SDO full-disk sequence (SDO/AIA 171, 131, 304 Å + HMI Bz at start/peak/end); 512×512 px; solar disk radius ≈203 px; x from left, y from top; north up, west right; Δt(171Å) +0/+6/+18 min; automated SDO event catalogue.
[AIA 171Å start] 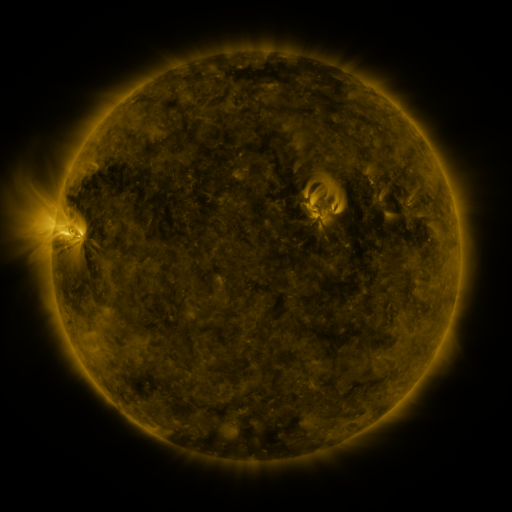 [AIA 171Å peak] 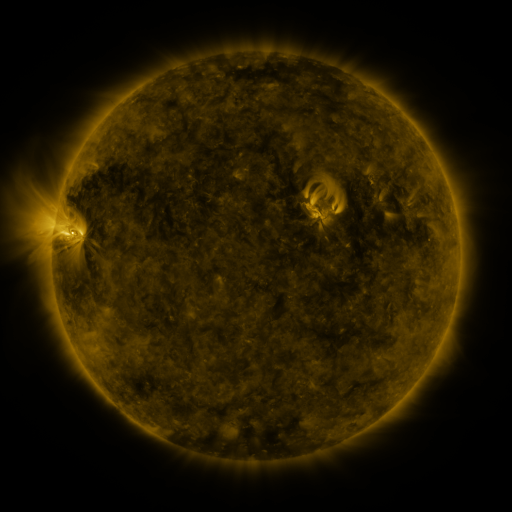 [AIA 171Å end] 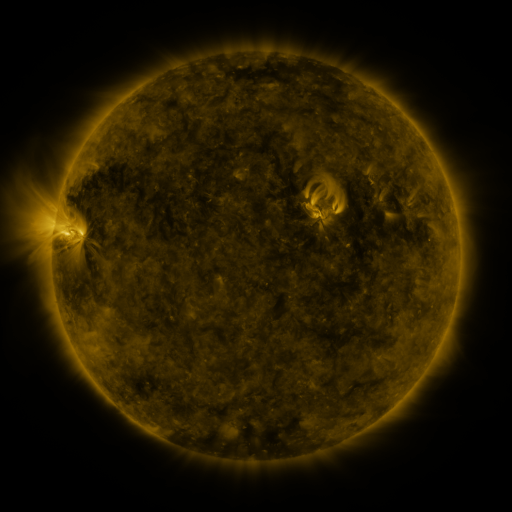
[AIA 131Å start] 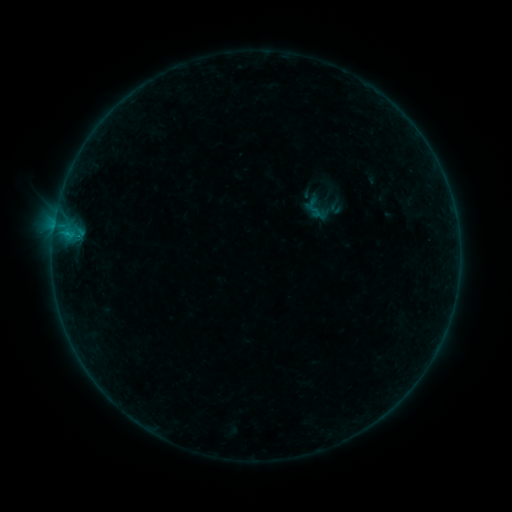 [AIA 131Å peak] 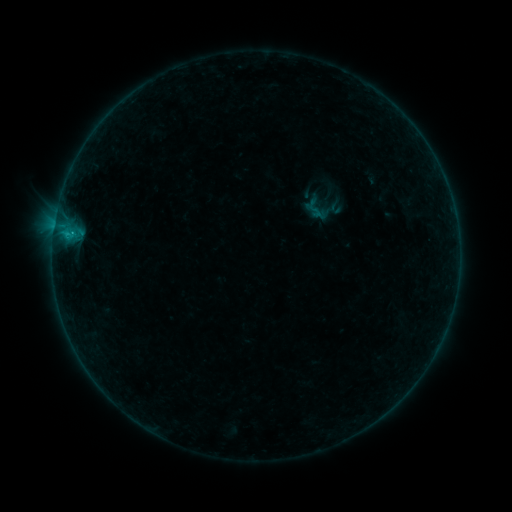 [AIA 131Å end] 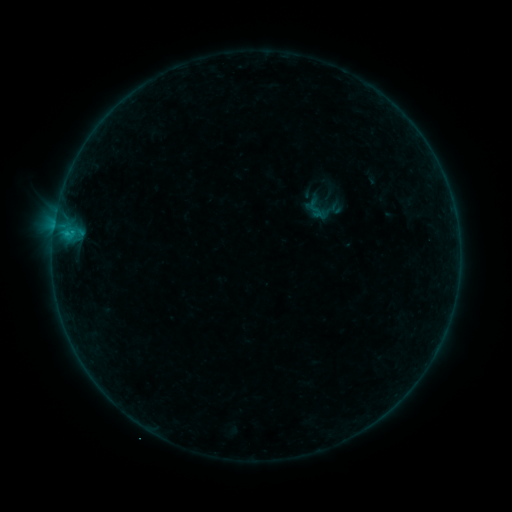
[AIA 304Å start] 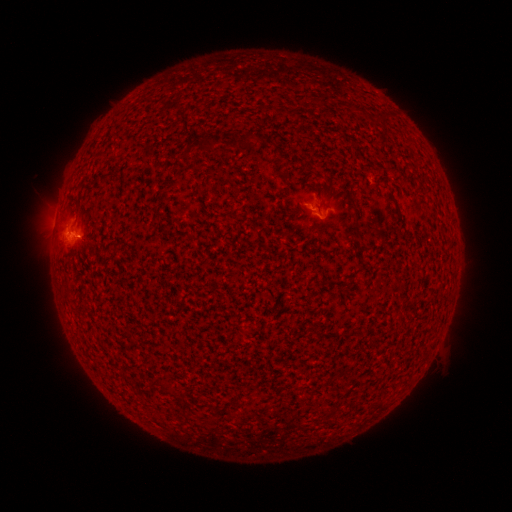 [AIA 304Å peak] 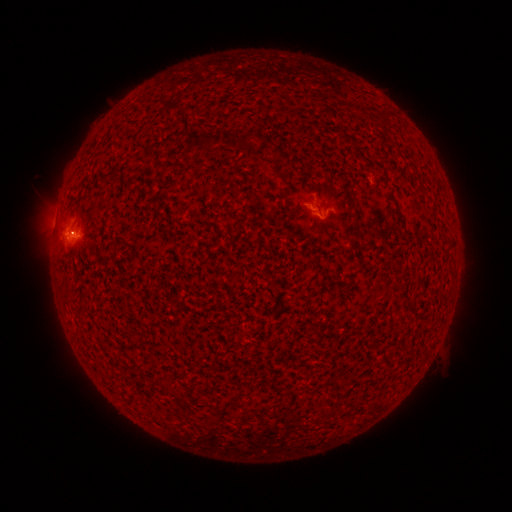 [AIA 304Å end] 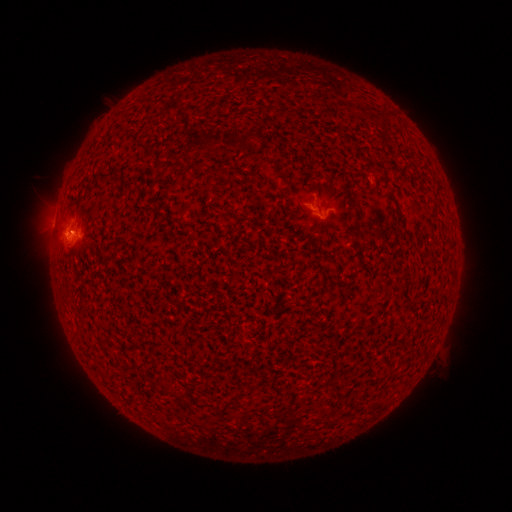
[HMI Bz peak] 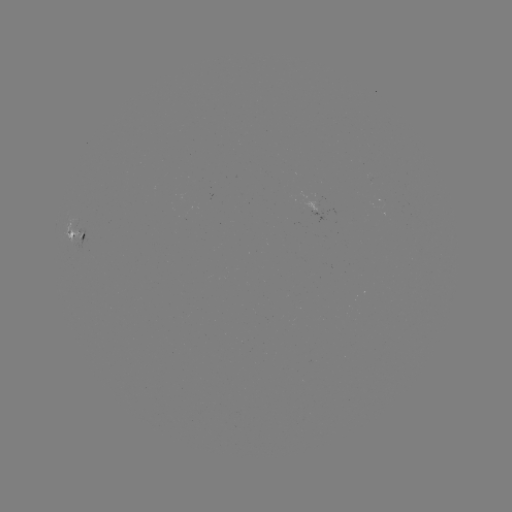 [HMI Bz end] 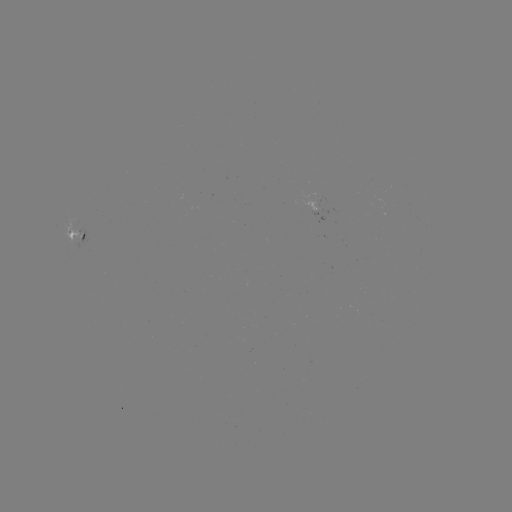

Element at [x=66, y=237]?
B4.8 flare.